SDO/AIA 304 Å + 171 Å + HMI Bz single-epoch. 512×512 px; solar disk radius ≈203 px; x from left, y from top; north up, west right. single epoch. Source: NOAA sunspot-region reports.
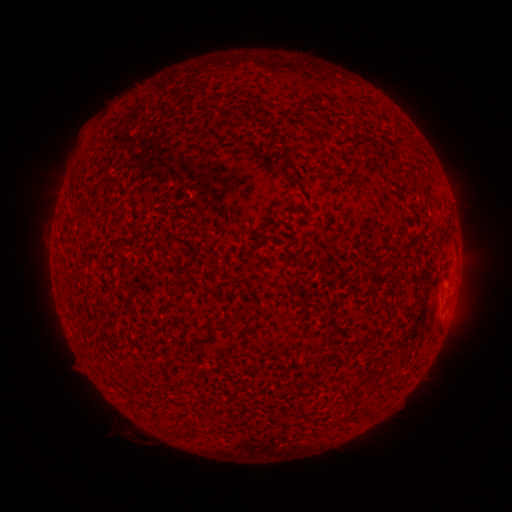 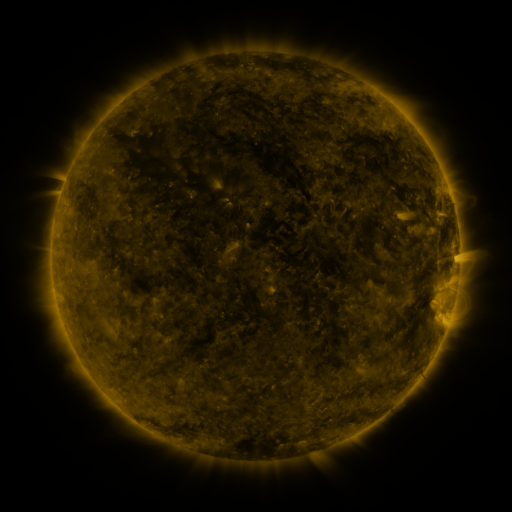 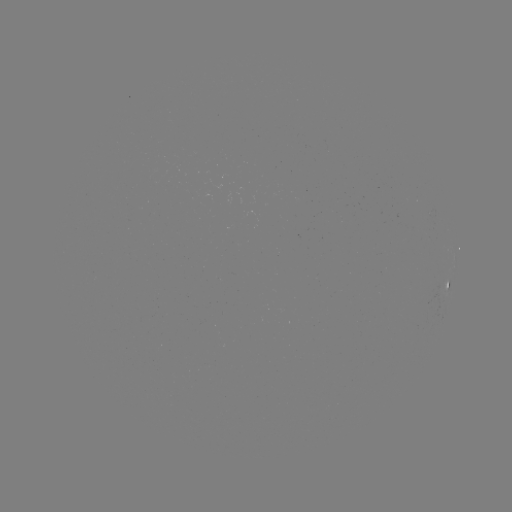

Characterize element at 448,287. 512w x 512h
spotted active region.